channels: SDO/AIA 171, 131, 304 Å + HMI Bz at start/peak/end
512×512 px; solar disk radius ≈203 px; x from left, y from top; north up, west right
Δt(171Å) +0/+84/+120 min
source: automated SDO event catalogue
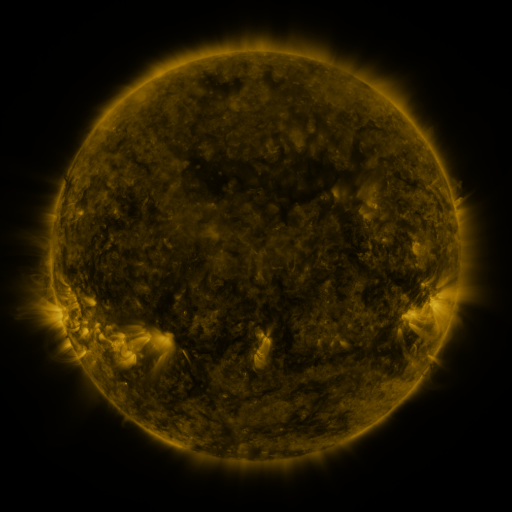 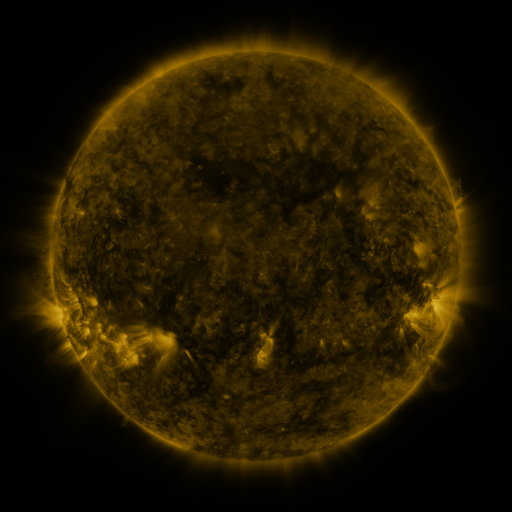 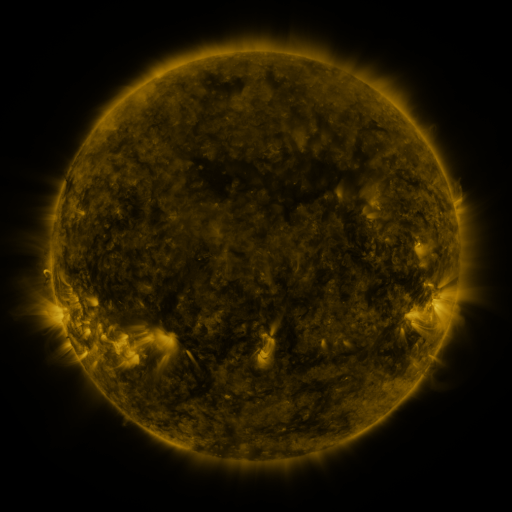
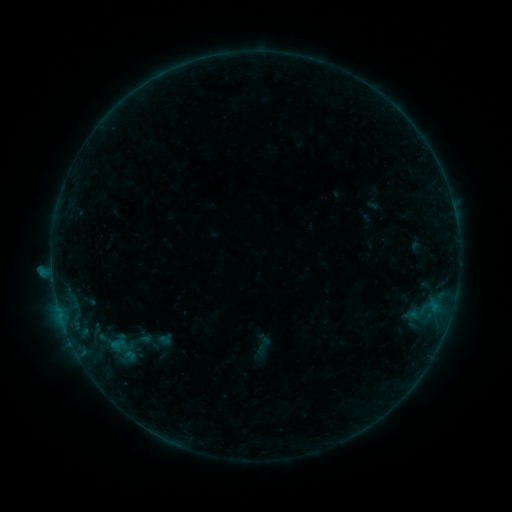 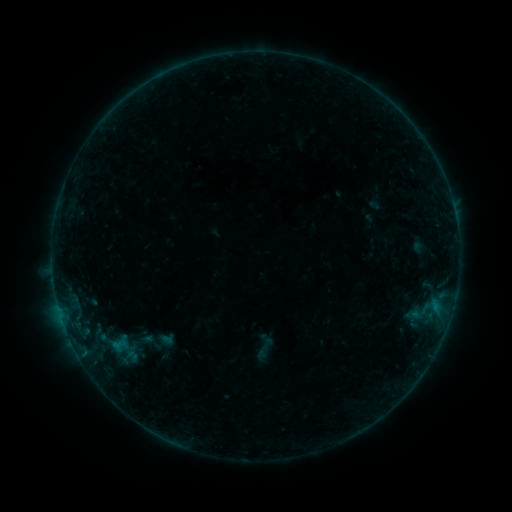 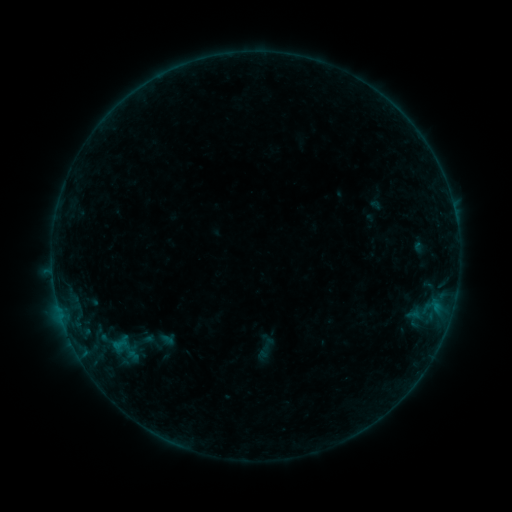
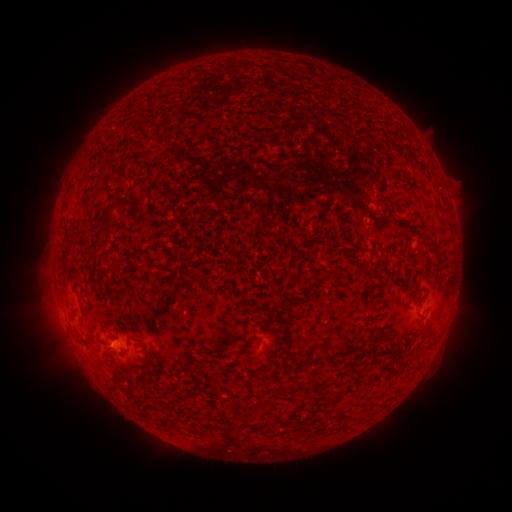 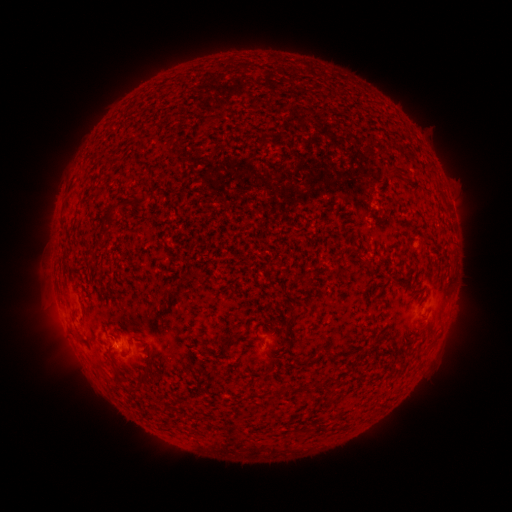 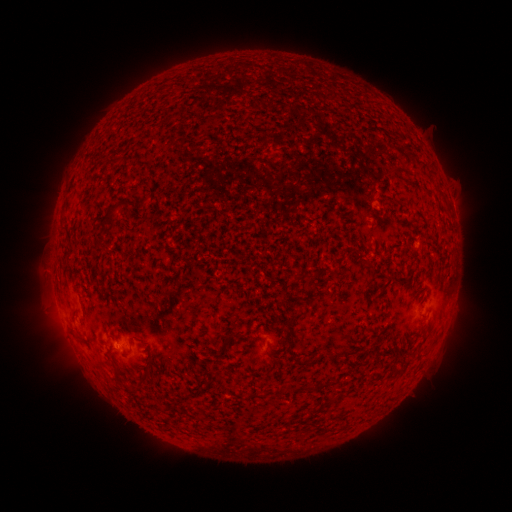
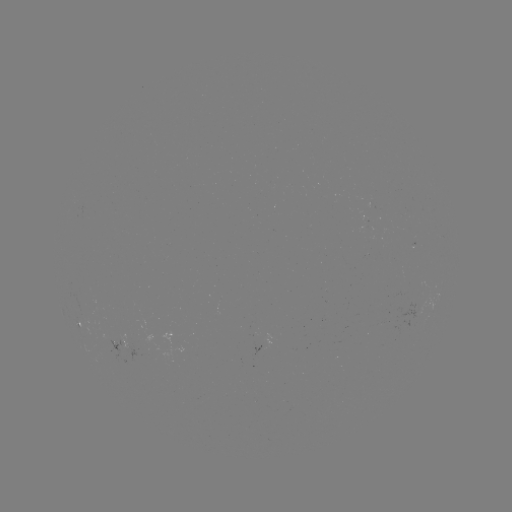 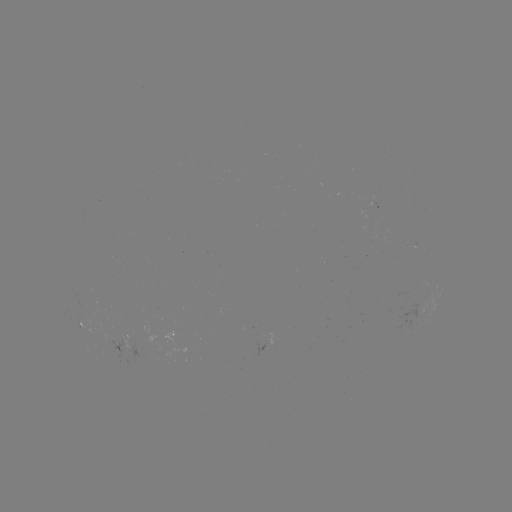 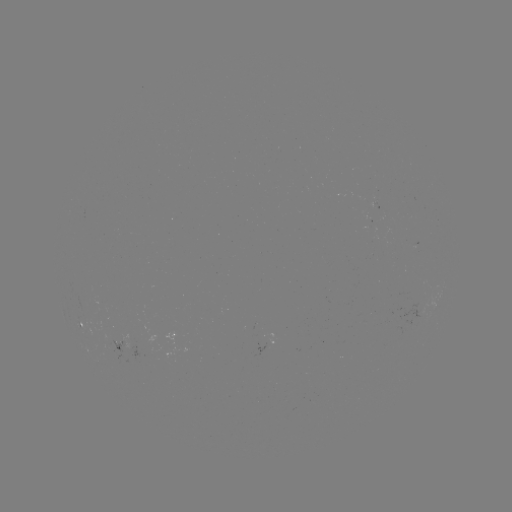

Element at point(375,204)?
emerging-flux region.